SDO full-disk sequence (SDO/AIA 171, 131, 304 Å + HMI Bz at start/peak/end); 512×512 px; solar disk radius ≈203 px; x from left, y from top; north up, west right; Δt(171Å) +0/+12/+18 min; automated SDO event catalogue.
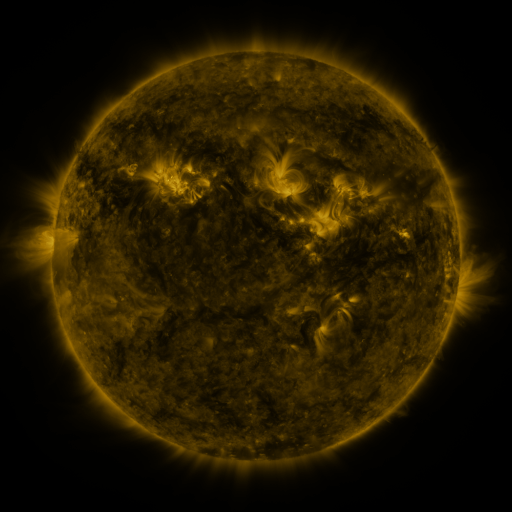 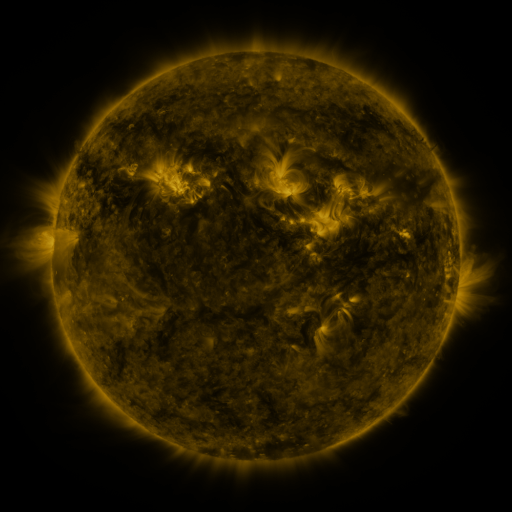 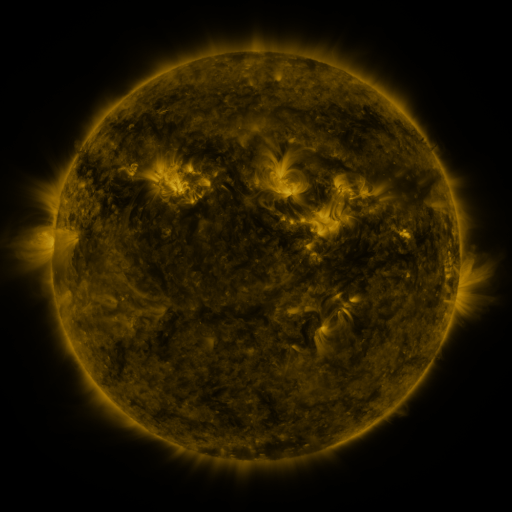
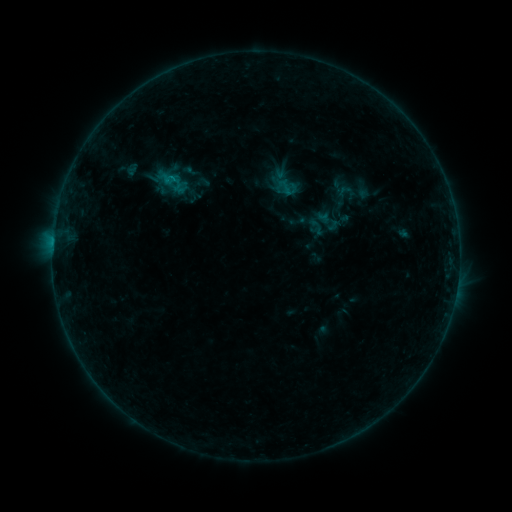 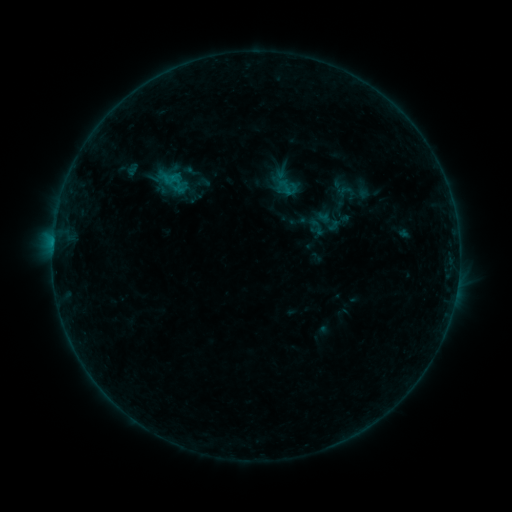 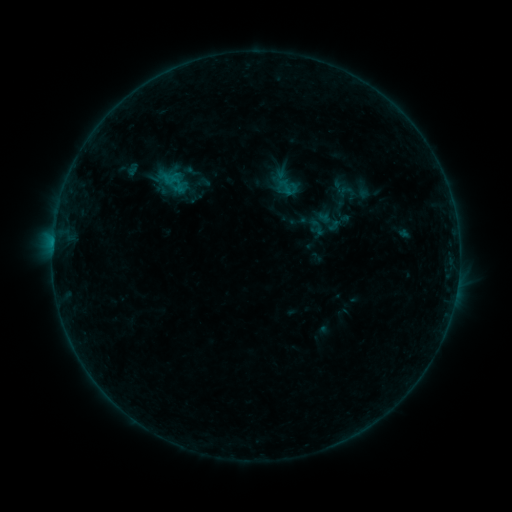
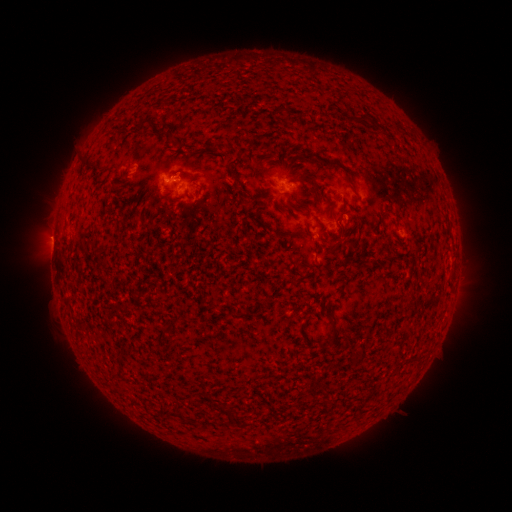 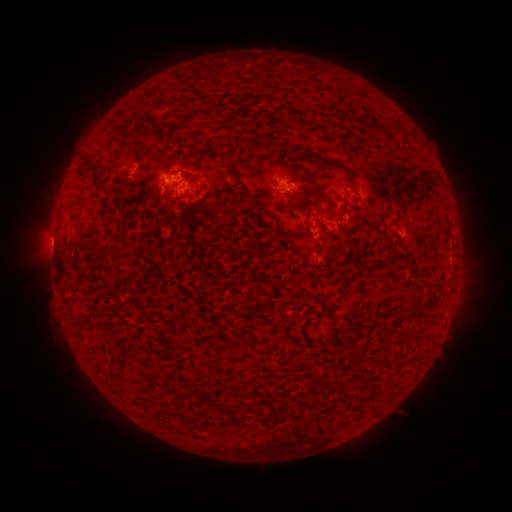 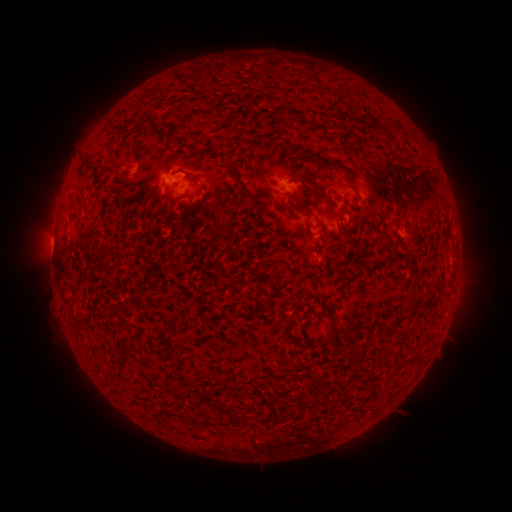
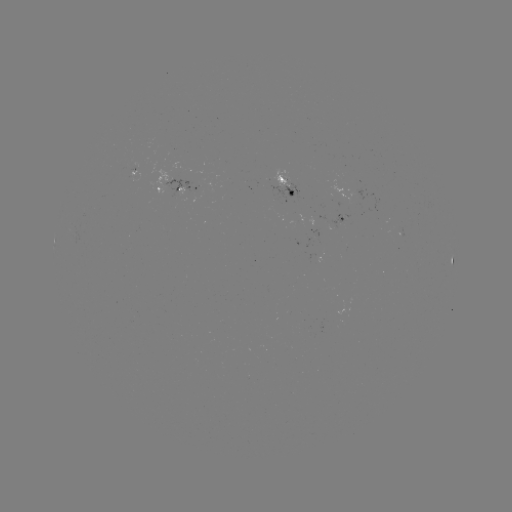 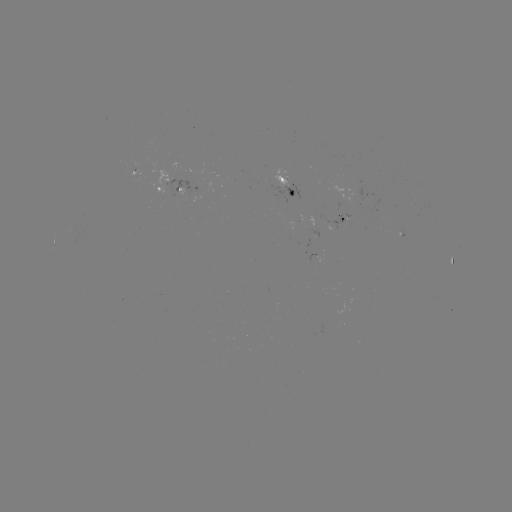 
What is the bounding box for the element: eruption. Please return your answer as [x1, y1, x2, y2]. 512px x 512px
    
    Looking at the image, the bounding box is [164, 147, 210, 192].